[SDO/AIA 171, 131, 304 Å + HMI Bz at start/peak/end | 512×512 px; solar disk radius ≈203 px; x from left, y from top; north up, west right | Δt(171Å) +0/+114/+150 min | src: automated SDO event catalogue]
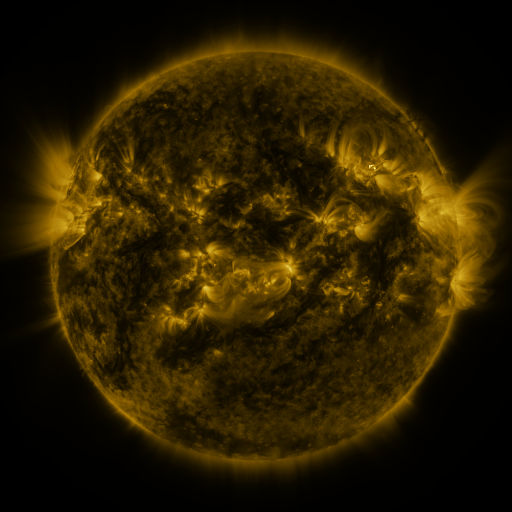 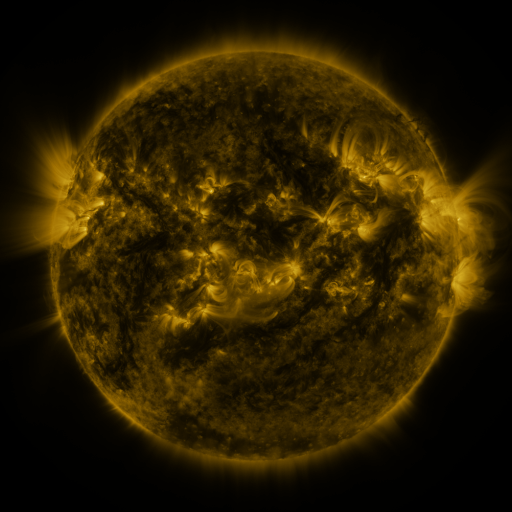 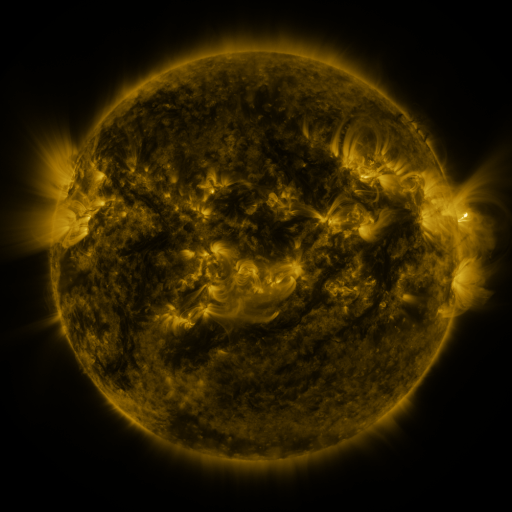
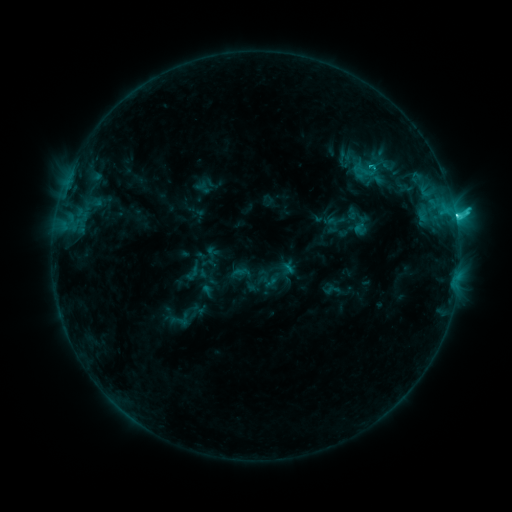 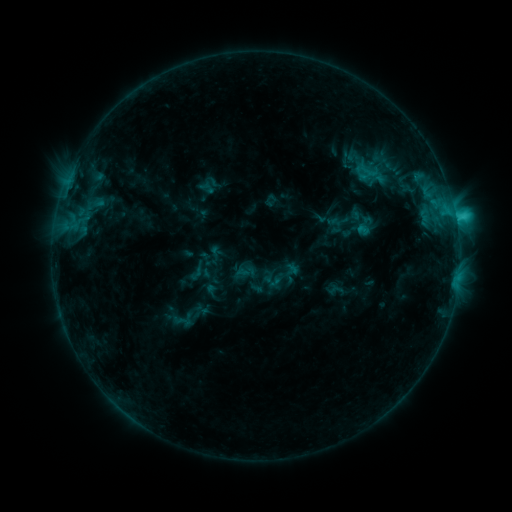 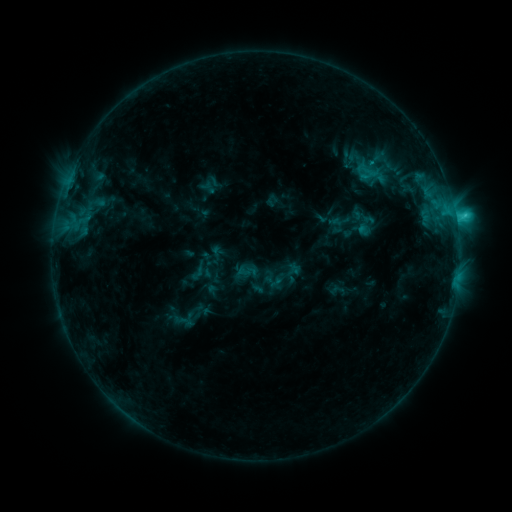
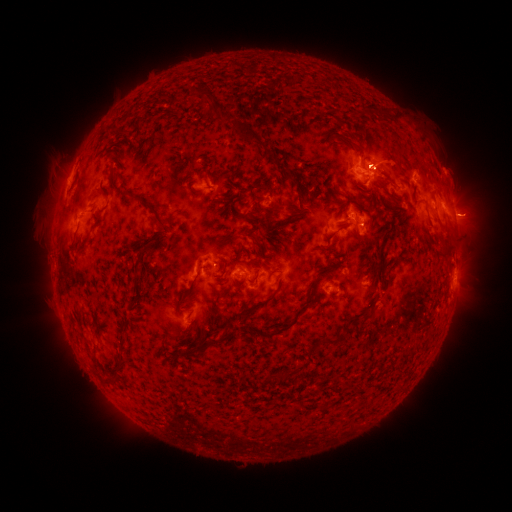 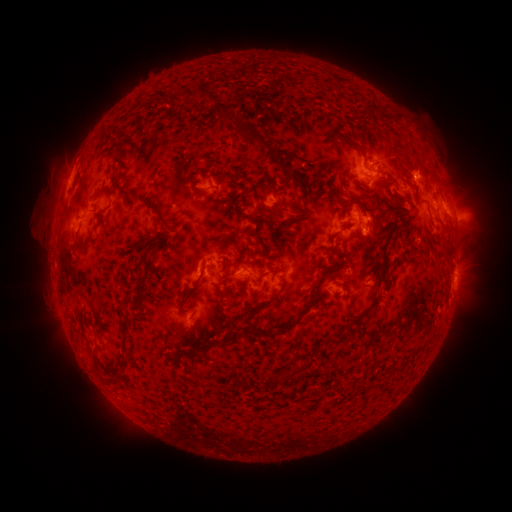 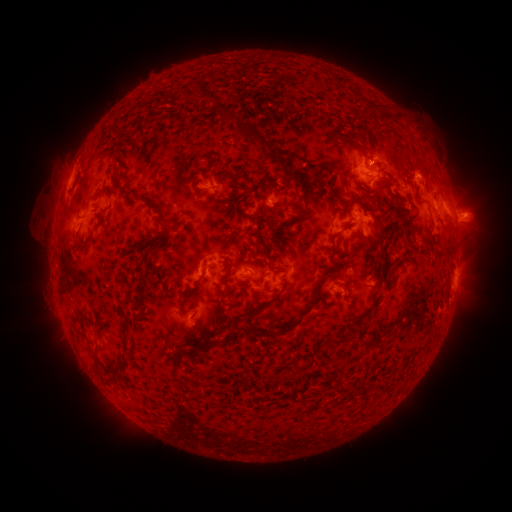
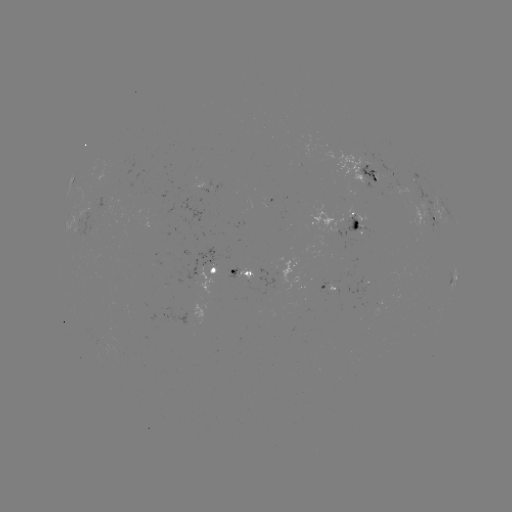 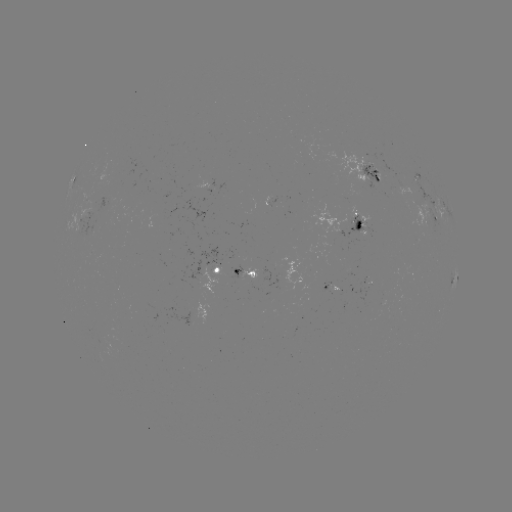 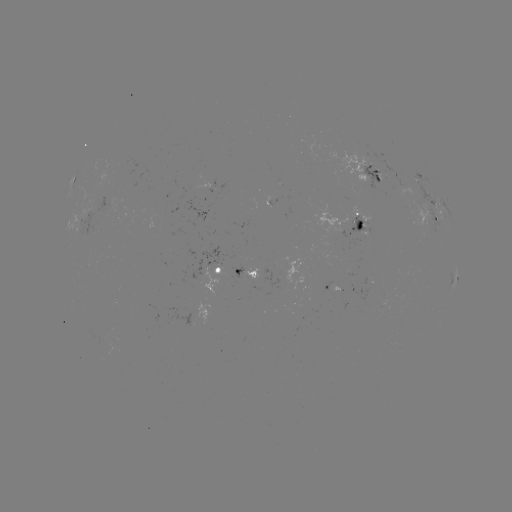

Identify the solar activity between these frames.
emerging-flux region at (243, 277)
